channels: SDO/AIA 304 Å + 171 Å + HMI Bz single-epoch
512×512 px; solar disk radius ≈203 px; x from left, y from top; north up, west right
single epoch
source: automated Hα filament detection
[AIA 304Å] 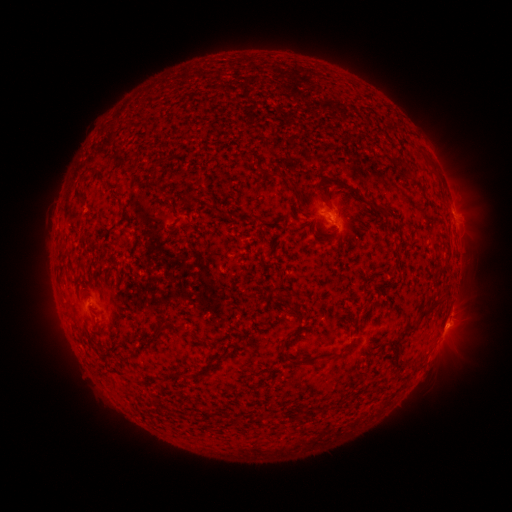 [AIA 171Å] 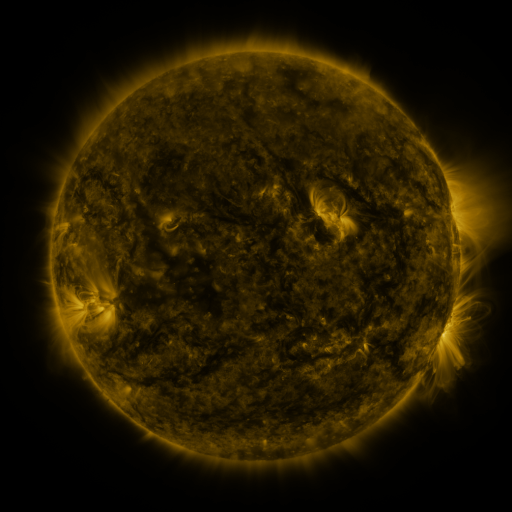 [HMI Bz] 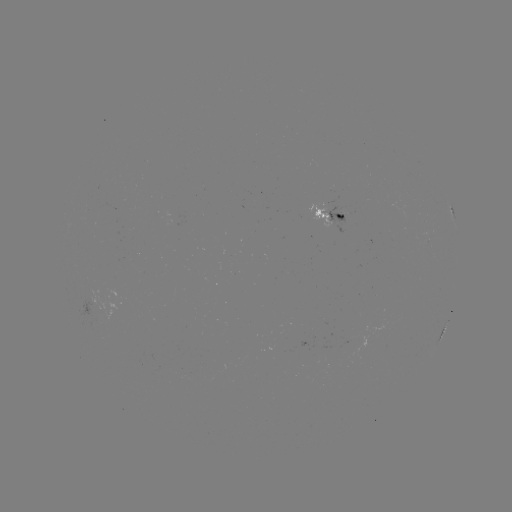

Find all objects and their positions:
filament: <bbox>313, 176, 328, 200</bbox>
filament: <bbox>75, 188, 86, 204</bbox>
filament: <bbox>296, 204, 303, 214</bbox>
filament: <bbox>335, 214, 345, 221</bbox>
filament: <bbox>416, 309, 432, 321</bbox>
filament: <bbox>154, 320, 183, 335</bbox>
filament: <bbox>402, 323, 414, 334</bbox>
filament: <bbox>282, 331, 294, 342</bbox>
filament: <bbox>290, 353, 313, 366</bbox>
